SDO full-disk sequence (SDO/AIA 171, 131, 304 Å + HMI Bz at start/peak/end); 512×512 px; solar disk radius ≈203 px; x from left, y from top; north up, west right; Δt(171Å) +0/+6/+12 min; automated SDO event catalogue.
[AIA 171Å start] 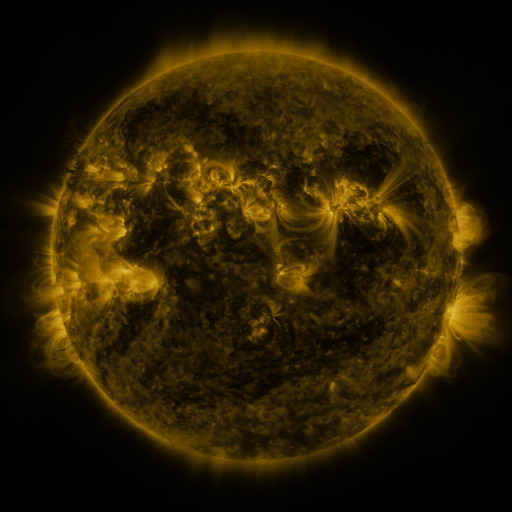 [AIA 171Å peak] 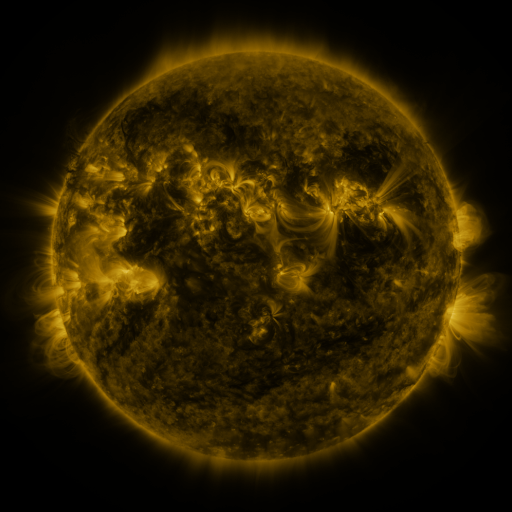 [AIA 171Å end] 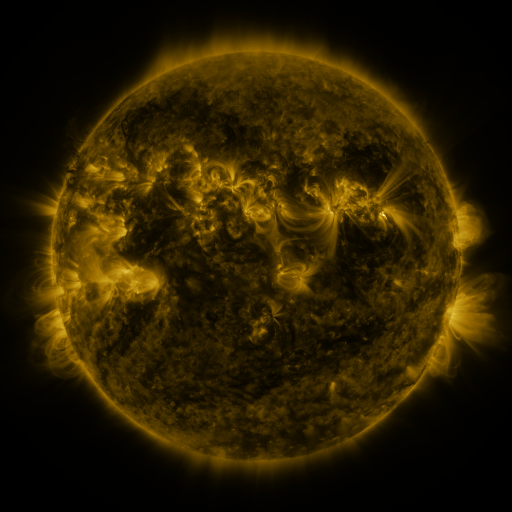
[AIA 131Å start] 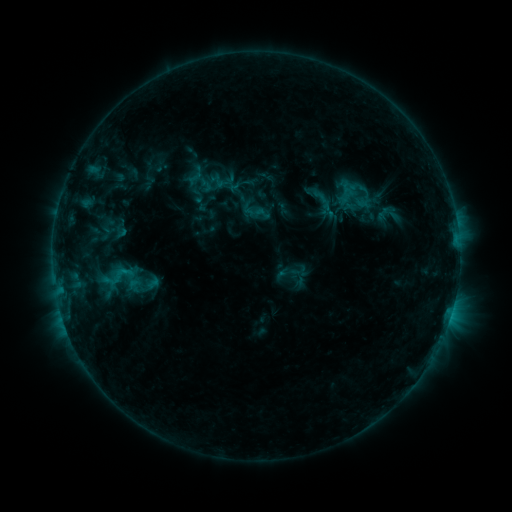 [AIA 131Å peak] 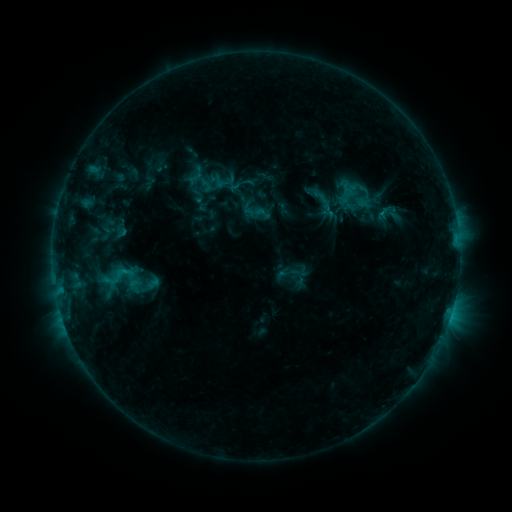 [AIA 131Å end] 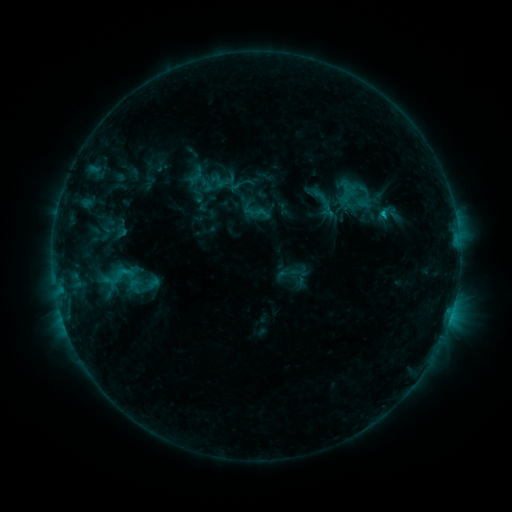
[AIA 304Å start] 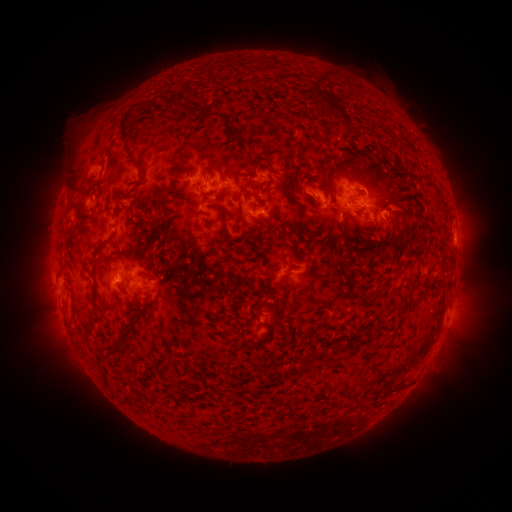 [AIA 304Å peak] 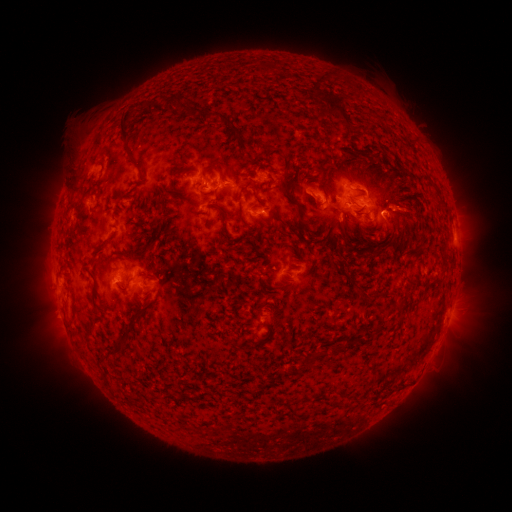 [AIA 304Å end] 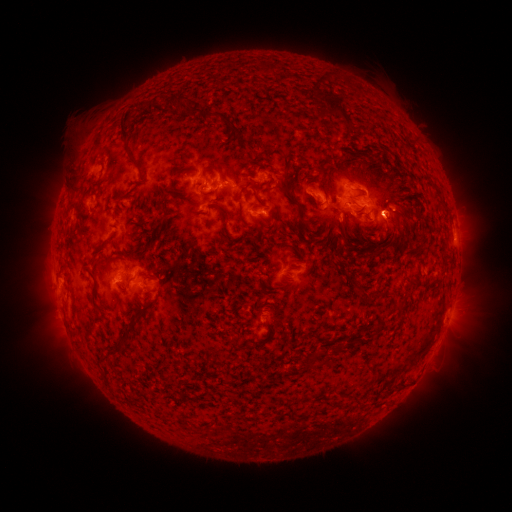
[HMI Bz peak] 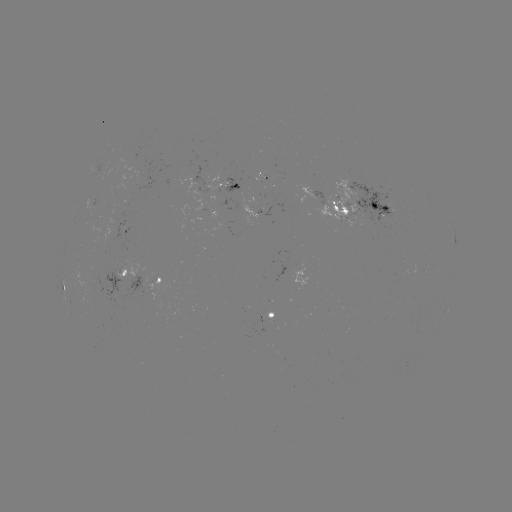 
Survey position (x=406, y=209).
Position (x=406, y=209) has eruption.